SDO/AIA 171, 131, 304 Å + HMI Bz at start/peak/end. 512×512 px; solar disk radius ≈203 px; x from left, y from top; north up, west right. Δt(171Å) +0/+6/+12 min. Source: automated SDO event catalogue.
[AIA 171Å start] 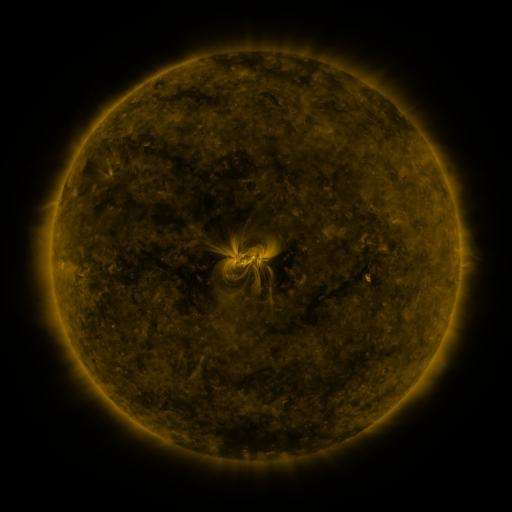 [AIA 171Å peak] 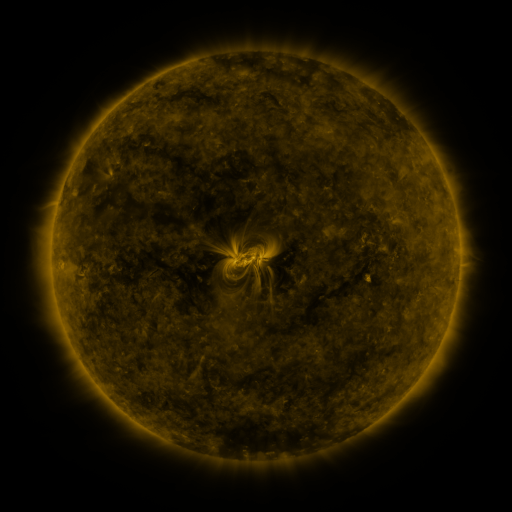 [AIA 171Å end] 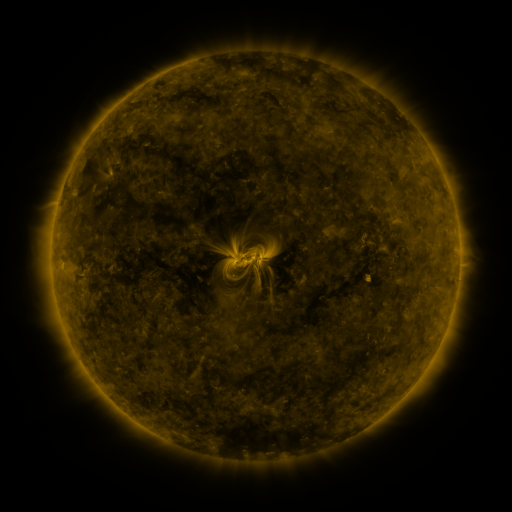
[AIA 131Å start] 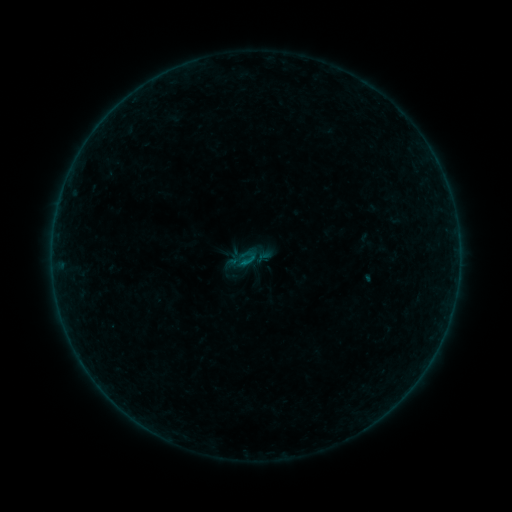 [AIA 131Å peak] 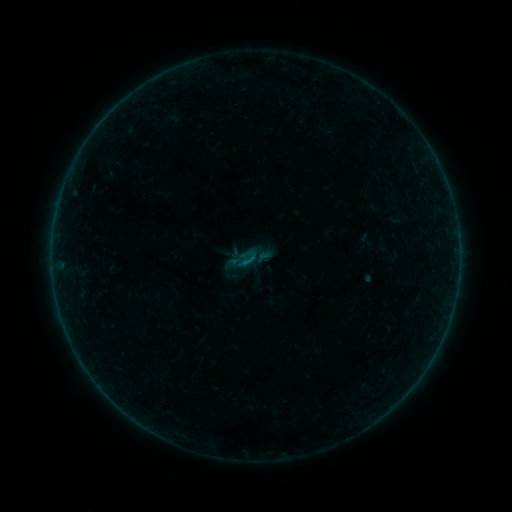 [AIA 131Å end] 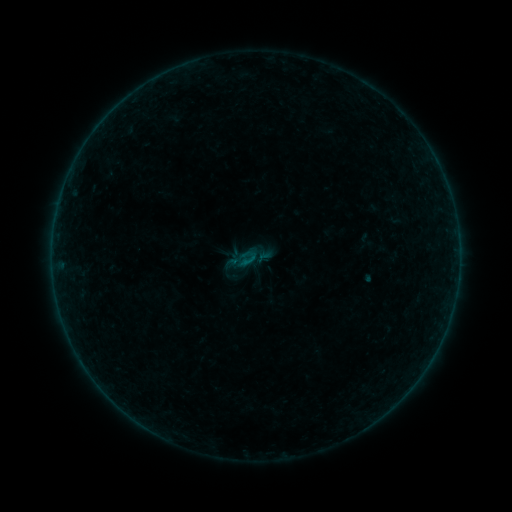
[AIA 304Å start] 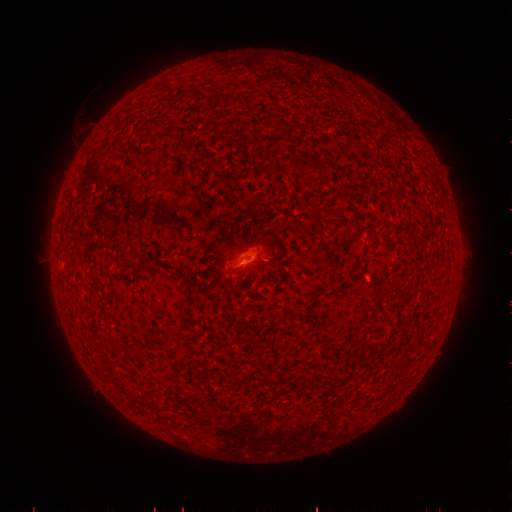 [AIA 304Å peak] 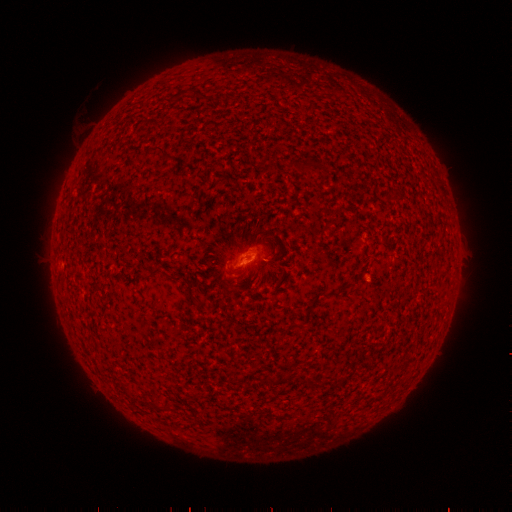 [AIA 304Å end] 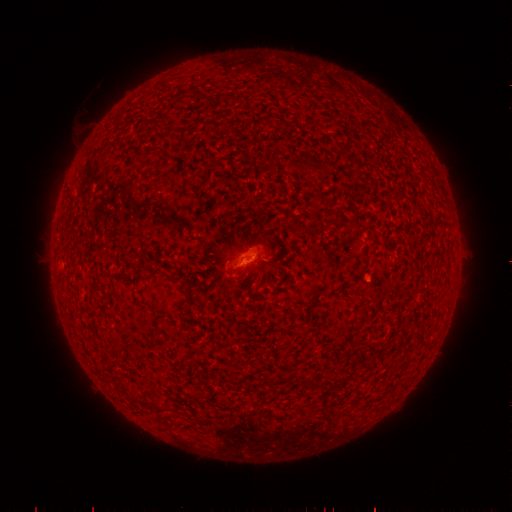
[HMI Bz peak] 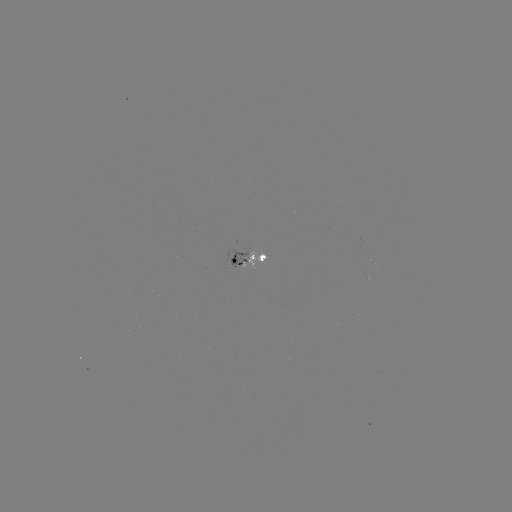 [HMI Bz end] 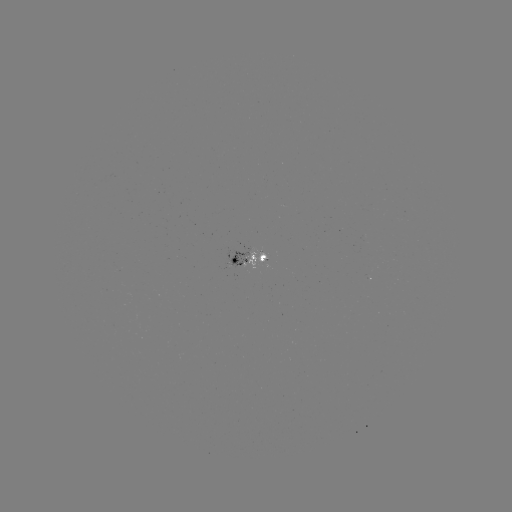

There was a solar flare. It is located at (245, 260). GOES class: B1.1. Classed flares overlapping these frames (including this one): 1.